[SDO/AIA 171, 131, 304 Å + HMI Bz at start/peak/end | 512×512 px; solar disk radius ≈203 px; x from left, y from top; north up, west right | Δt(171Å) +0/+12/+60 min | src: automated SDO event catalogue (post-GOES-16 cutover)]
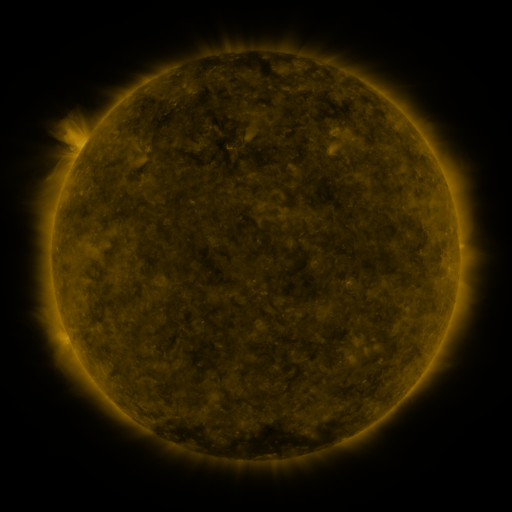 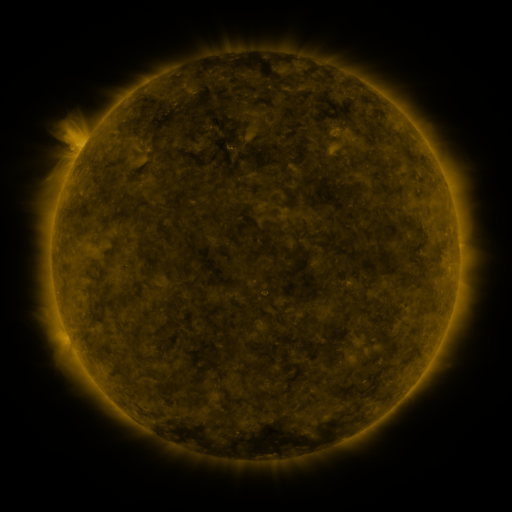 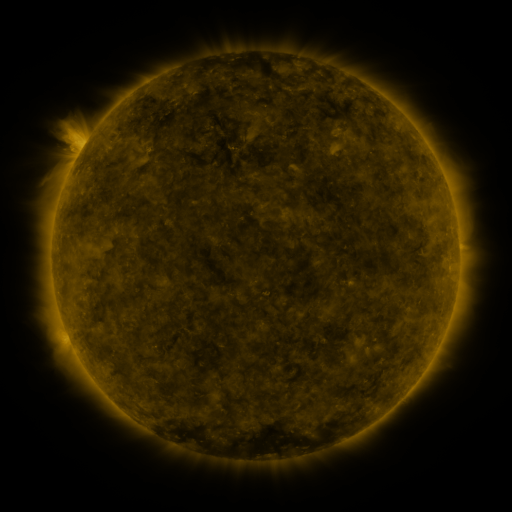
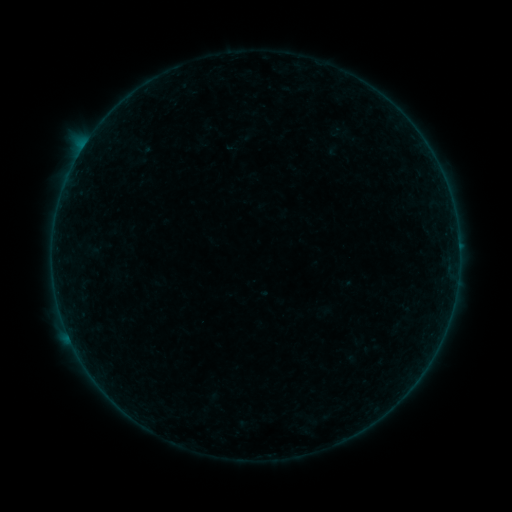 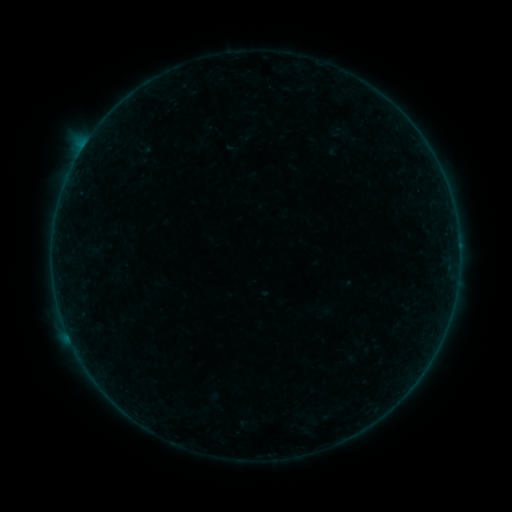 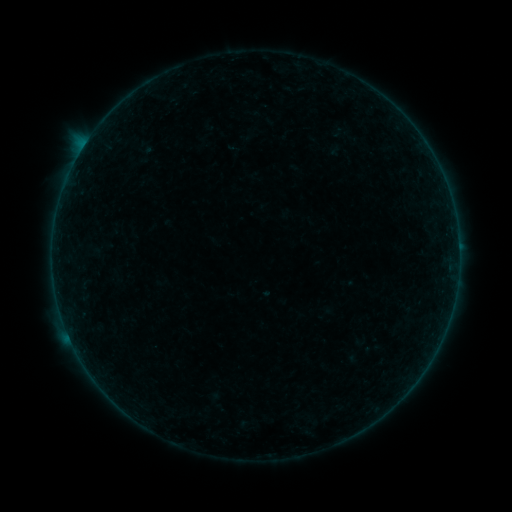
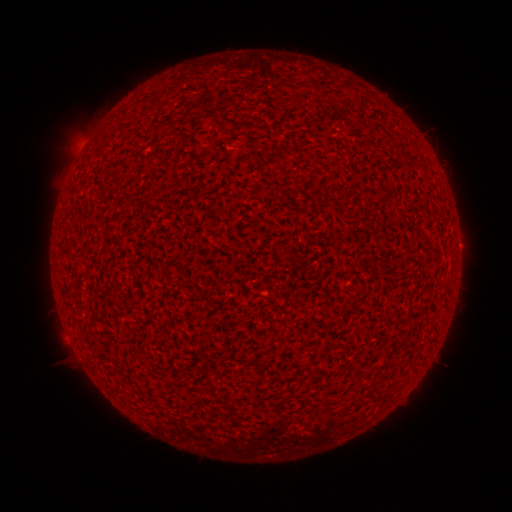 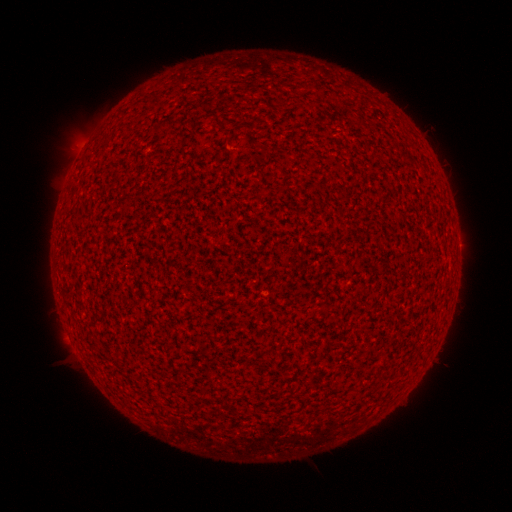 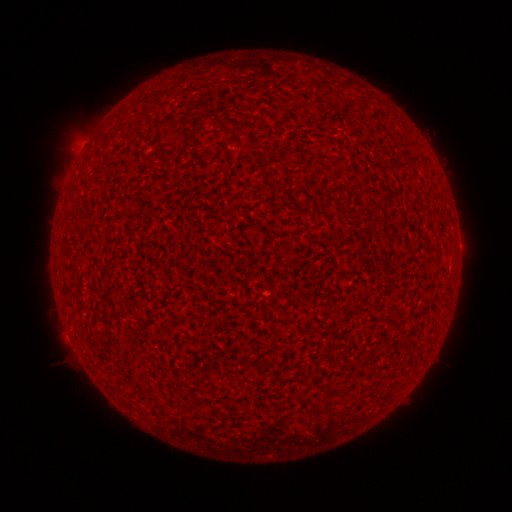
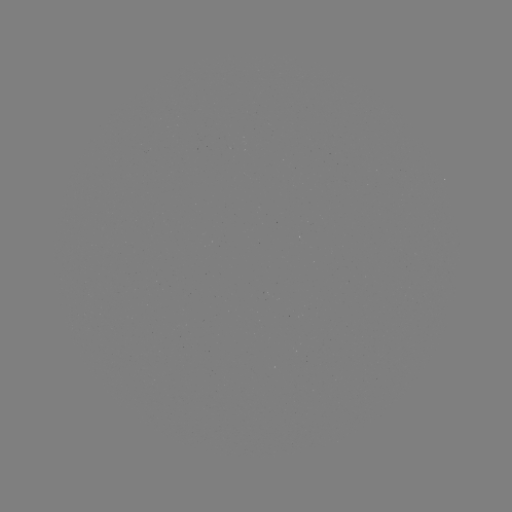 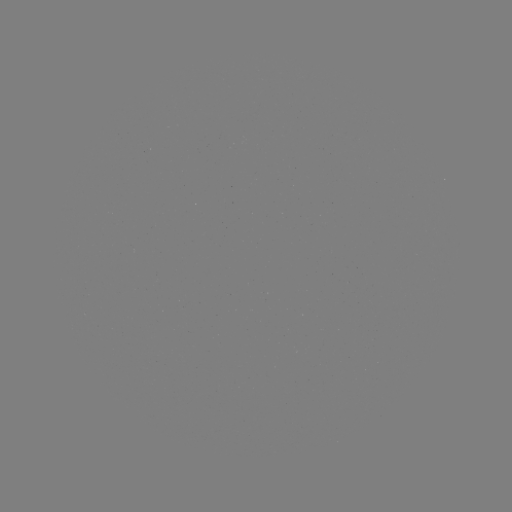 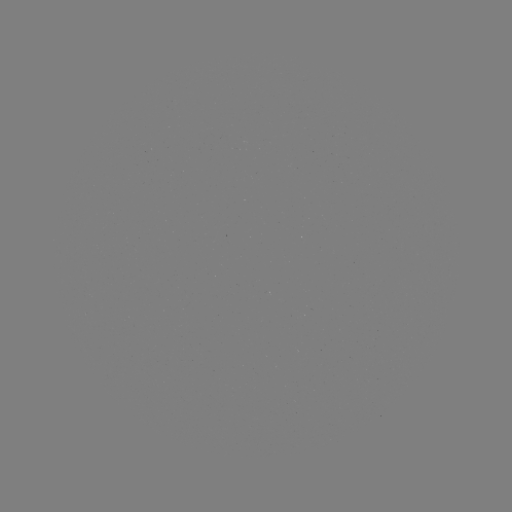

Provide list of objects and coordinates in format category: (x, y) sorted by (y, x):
A3.5 flare: (81, 151)
